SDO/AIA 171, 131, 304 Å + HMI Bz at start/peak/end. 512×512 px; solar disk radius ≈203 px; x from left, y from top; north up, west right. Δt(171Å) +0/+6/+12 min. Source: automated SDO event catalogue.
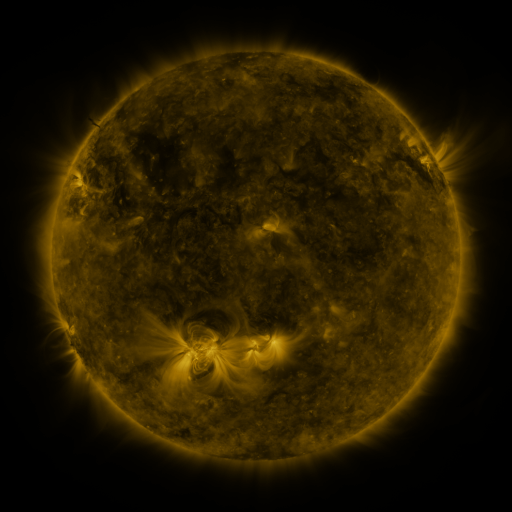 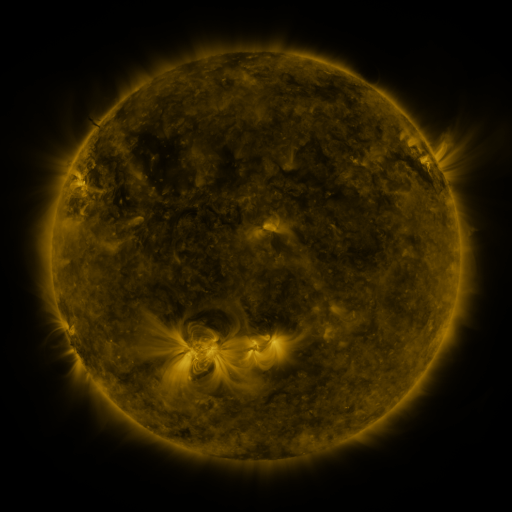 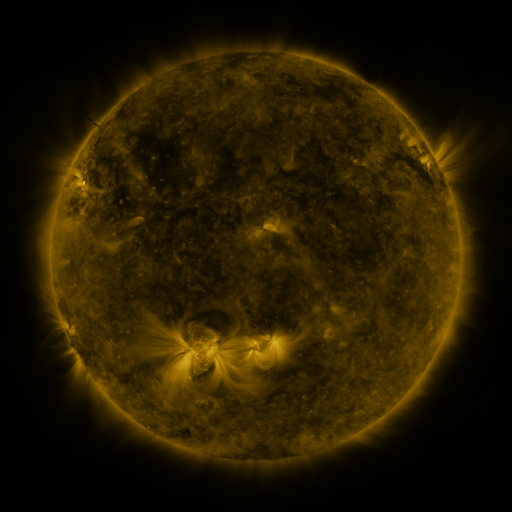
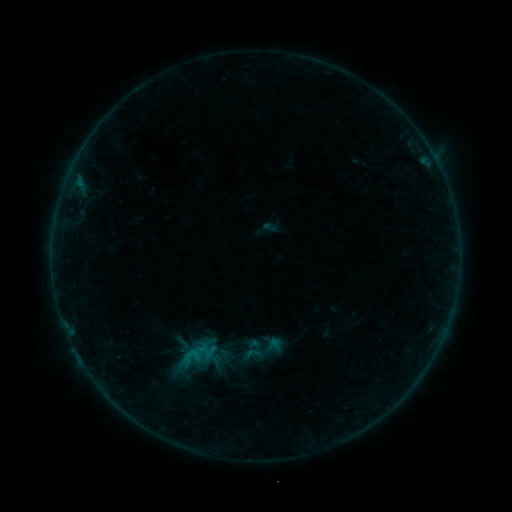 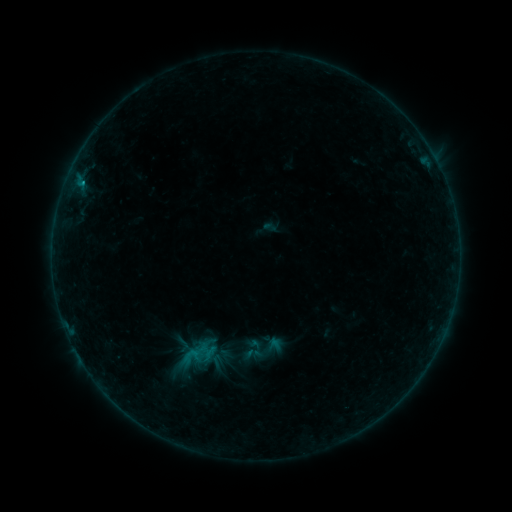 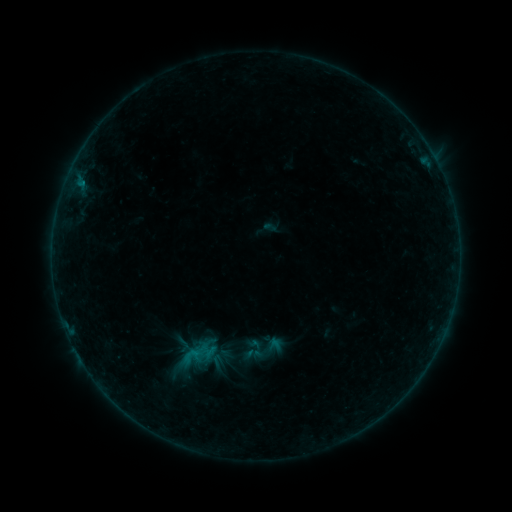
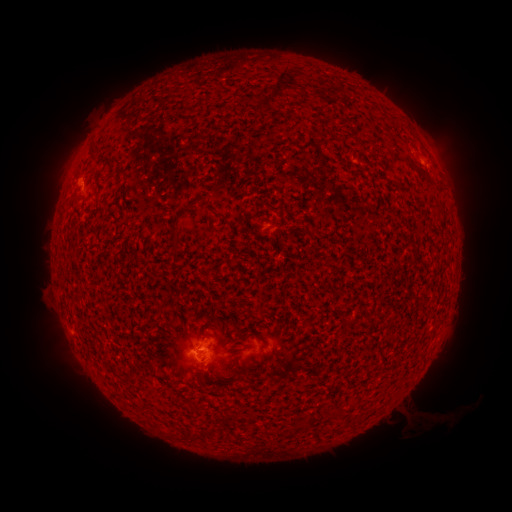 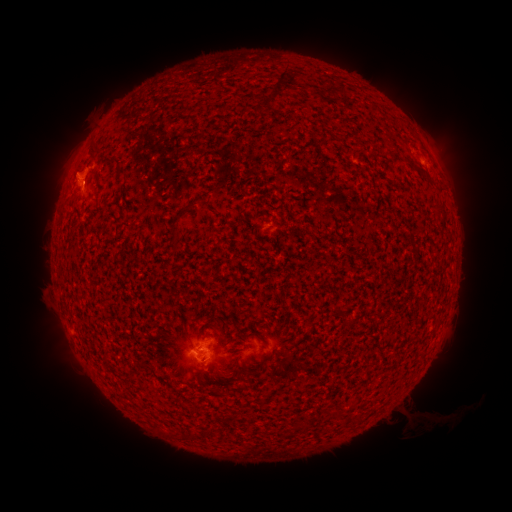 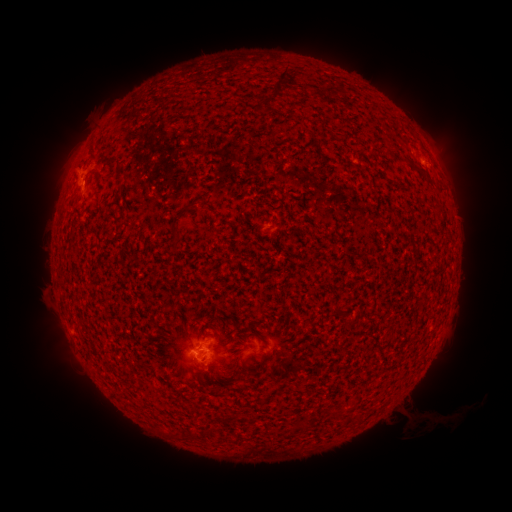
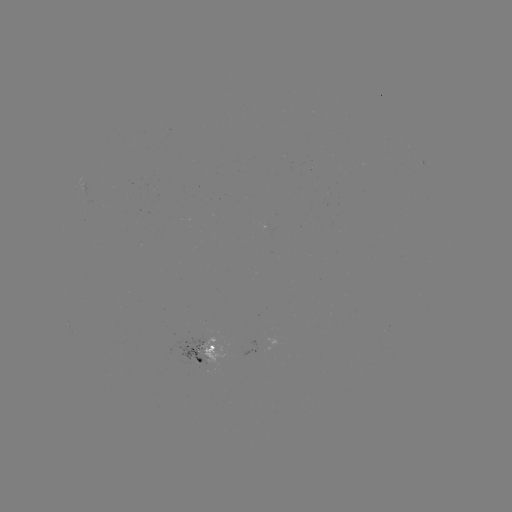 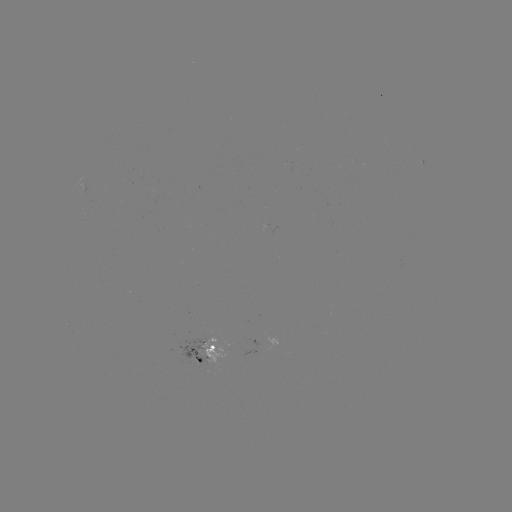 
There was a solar eruption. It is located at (69, 160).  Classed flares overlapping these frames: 1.